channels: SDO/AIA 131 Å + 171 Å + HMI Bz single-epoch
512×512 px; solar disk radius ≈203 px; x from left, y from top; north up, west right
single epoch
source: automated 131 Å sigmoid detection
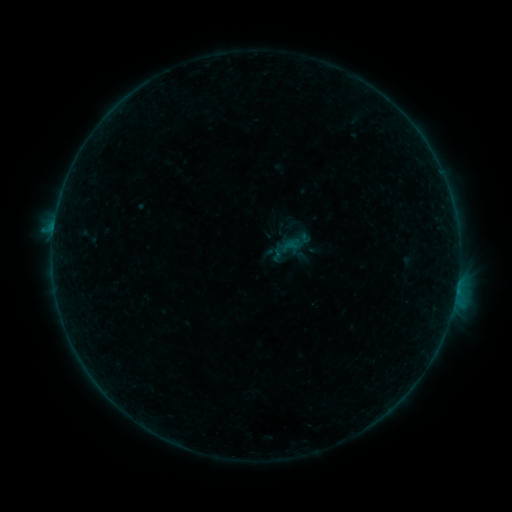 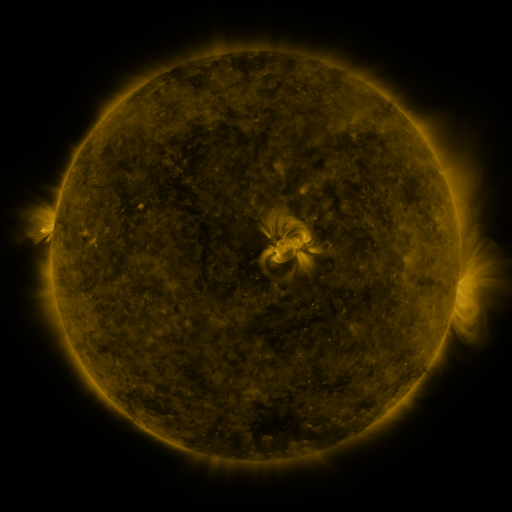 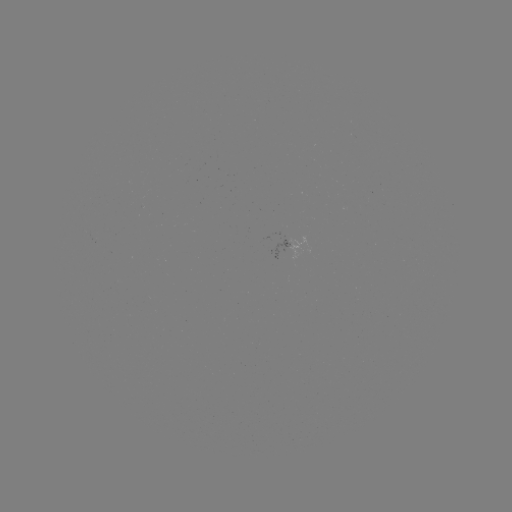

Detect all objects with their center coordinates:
sigmoid: (294, 225)
sigmoid: (288, 248)
